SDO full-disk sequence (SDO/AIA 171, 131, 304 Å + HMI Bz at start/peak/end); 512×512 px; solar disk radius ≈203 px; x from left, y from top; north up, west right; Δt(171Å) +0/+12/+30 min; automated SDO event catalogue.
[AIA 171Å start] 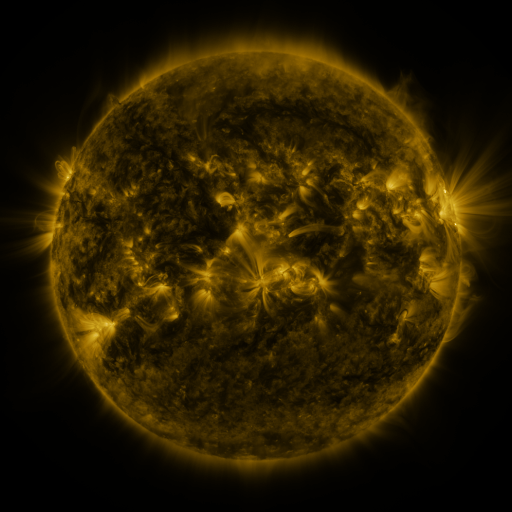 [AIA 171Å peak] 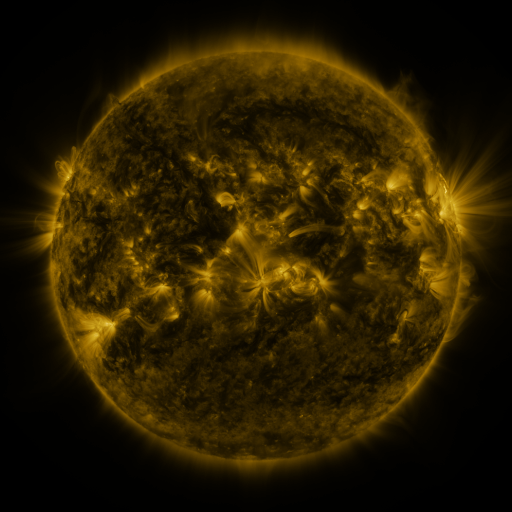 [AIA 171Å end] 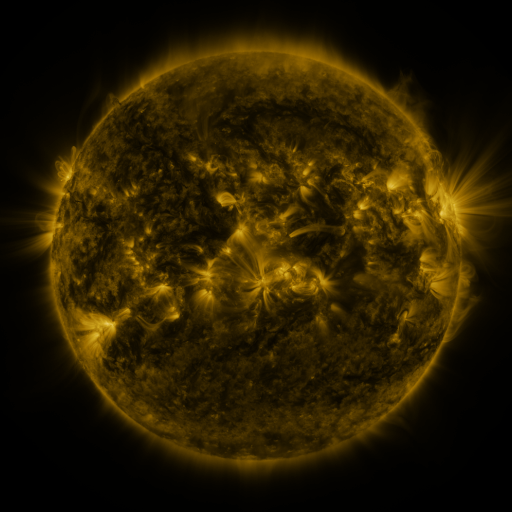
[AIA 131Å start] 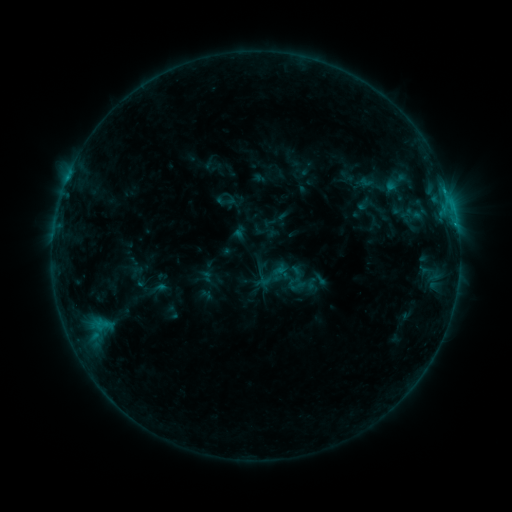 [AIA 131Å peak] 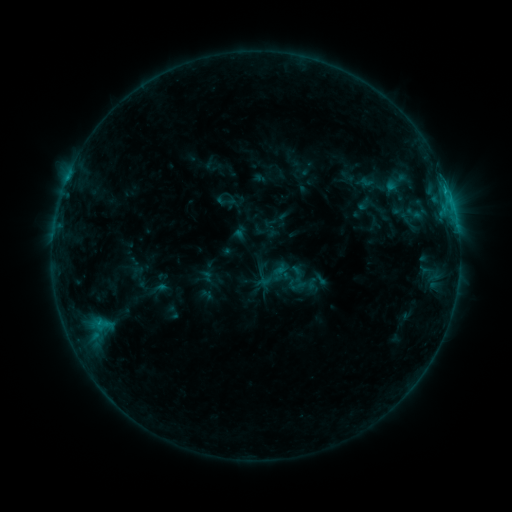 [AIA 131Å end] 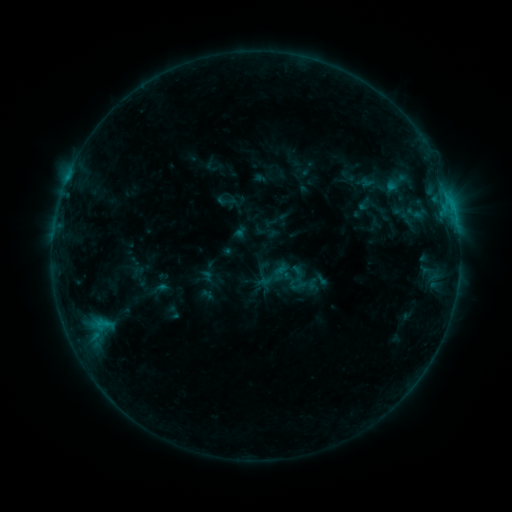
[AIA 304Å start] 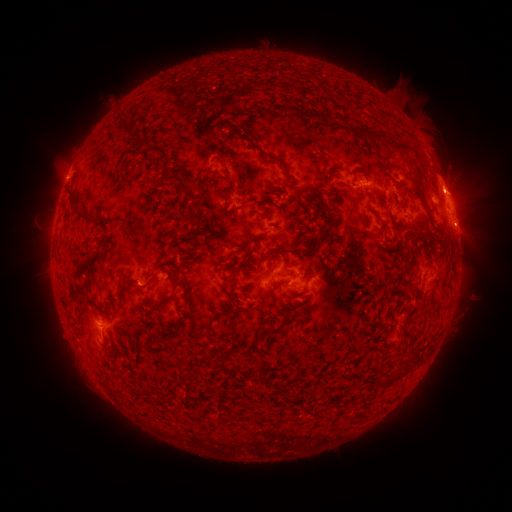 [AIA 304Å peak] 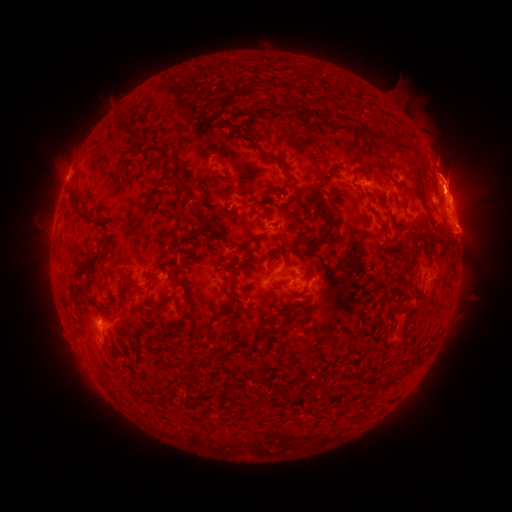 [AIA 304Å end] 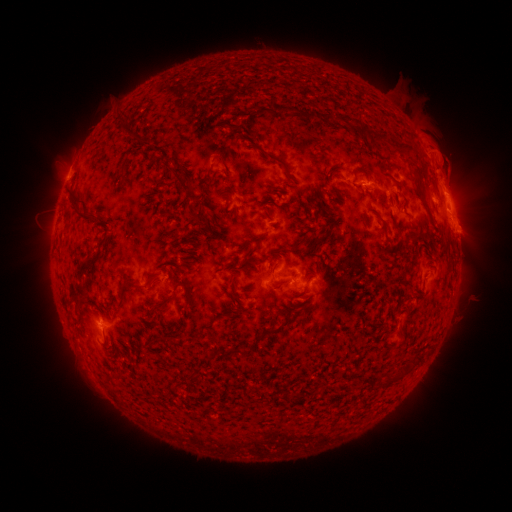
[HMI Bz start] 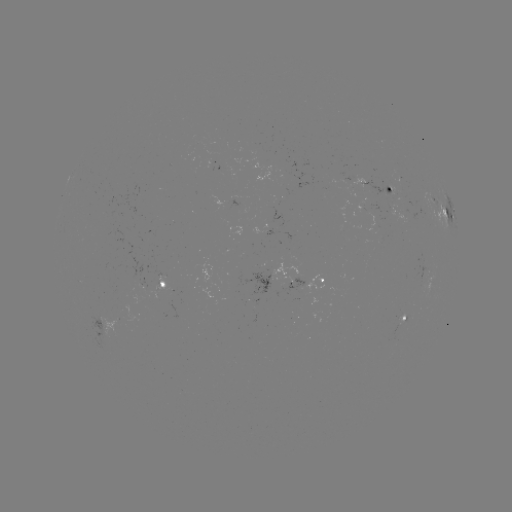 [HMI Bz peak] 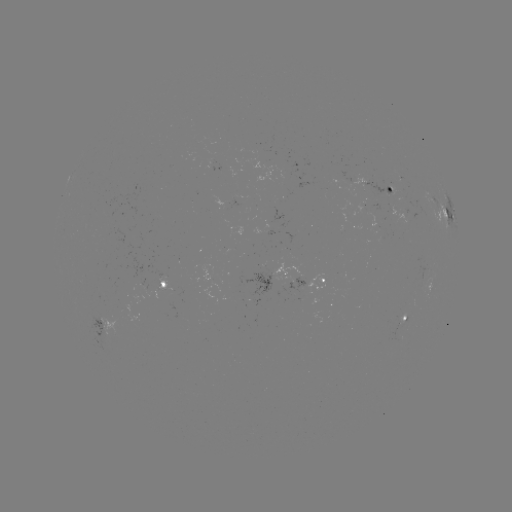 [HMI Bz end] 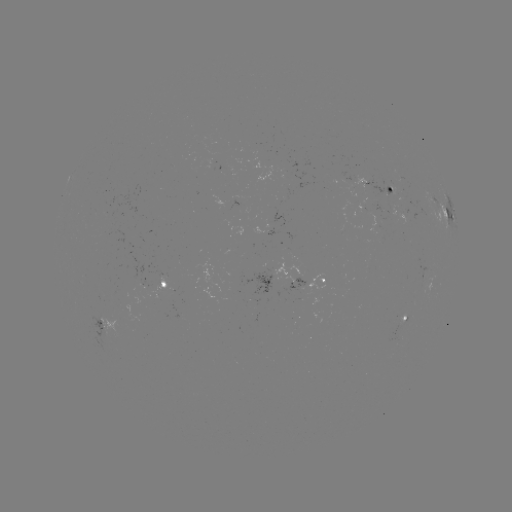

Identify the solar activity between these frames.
eruption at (447, 174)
